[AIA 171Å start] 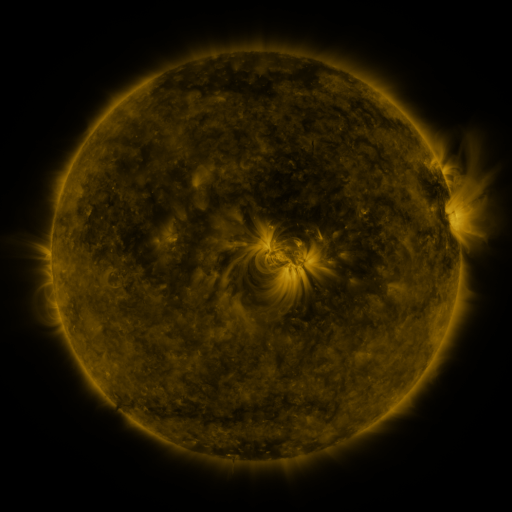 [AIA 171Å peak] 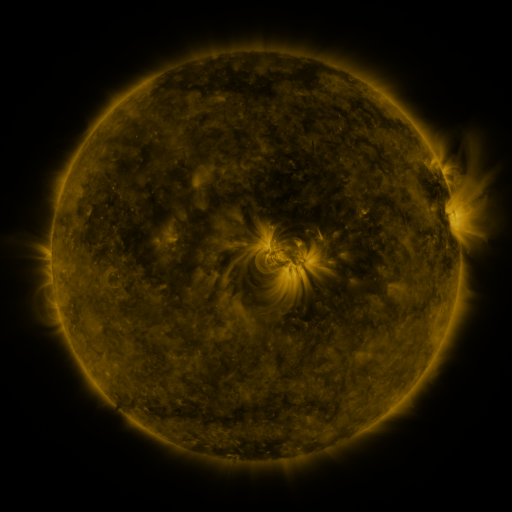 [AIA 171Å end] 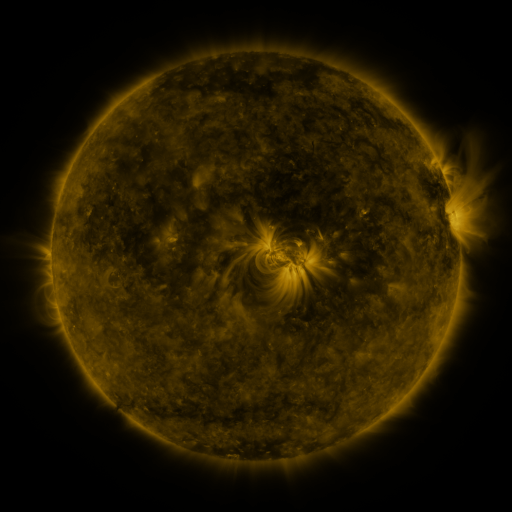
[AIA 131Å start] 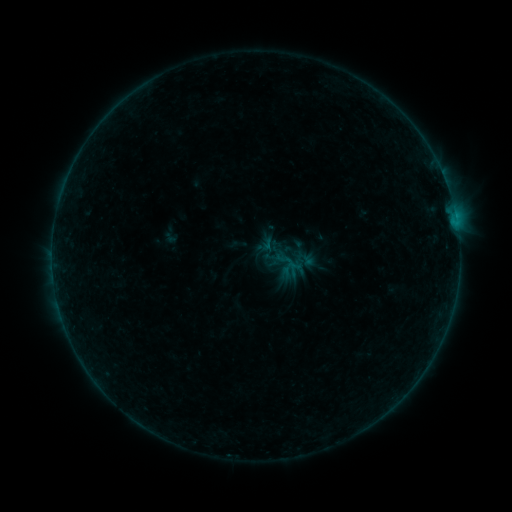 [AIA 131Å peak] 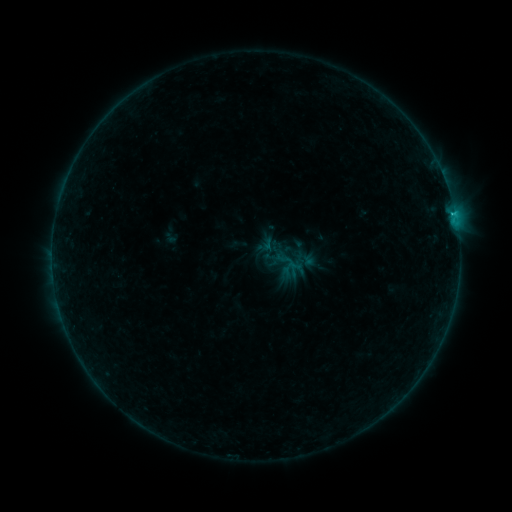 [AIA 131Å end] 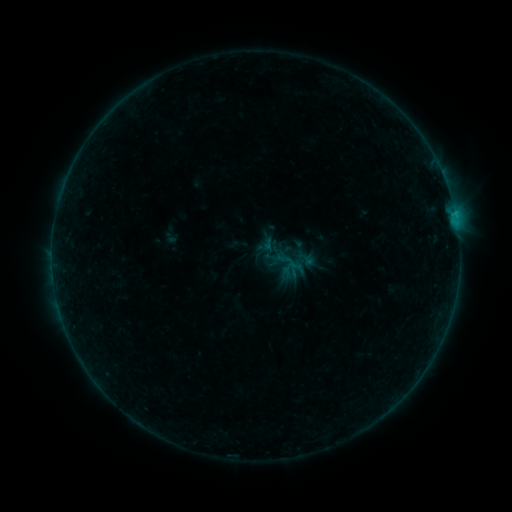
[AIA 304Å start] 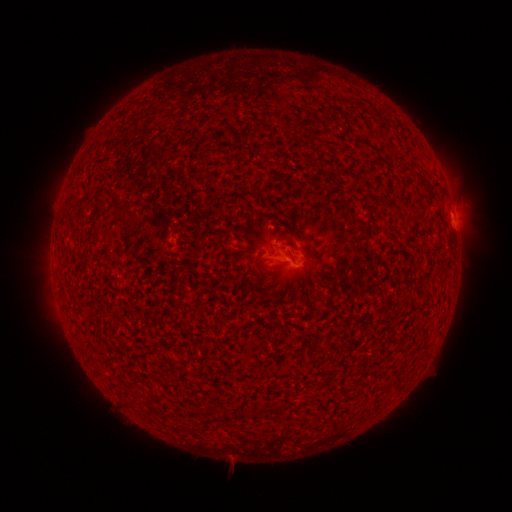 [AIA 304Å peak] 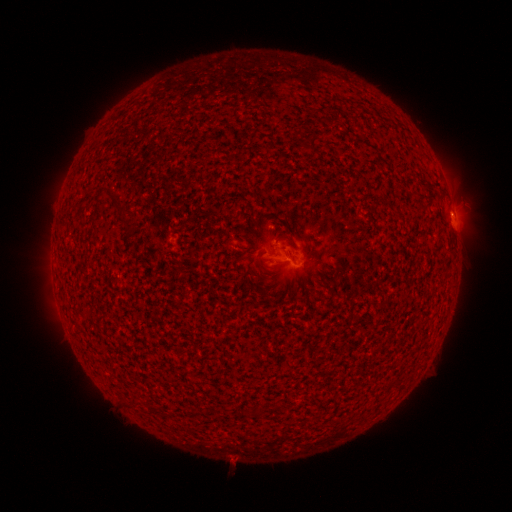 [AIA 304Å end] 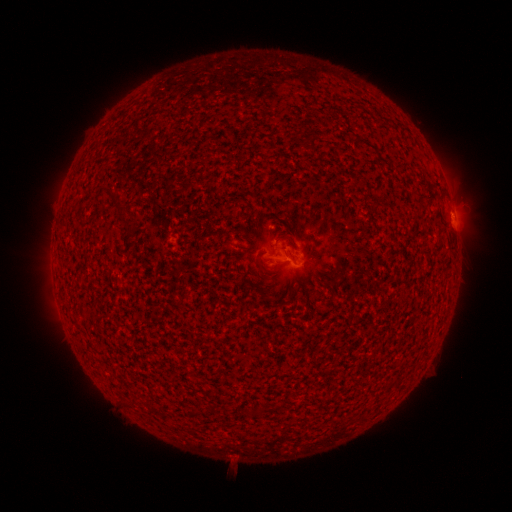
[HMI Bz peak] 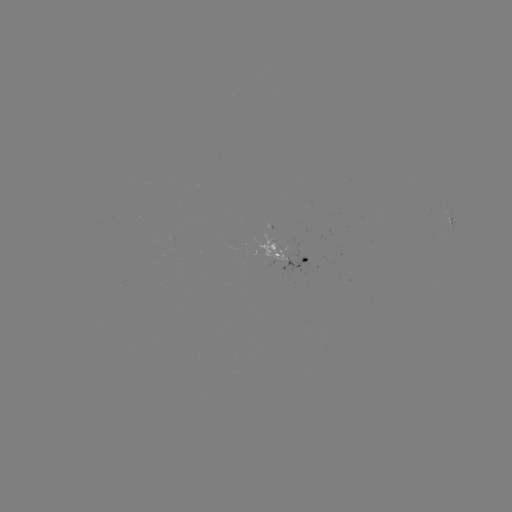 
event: flare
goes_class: B4.3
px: (453, 217)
